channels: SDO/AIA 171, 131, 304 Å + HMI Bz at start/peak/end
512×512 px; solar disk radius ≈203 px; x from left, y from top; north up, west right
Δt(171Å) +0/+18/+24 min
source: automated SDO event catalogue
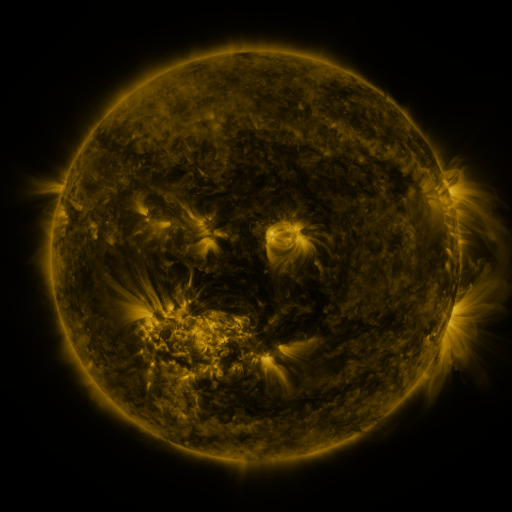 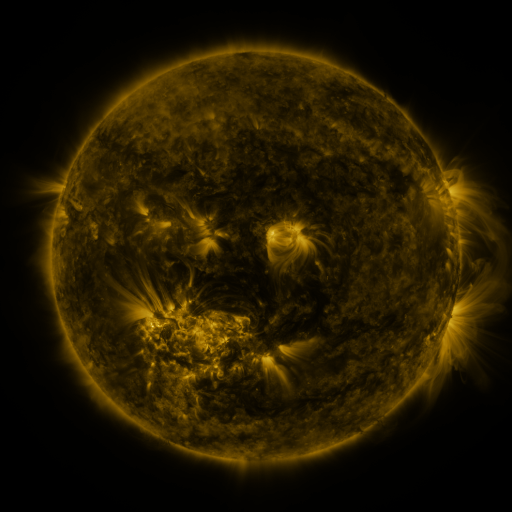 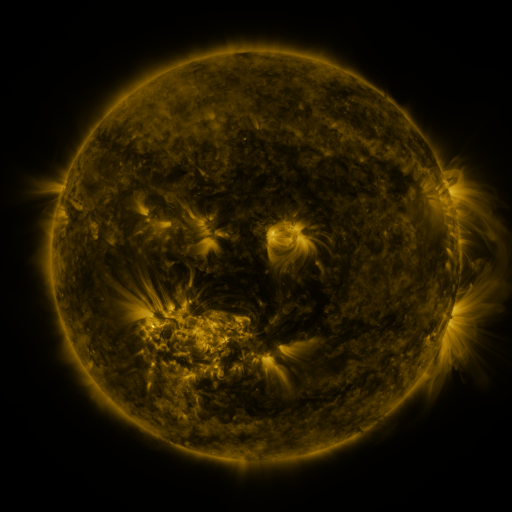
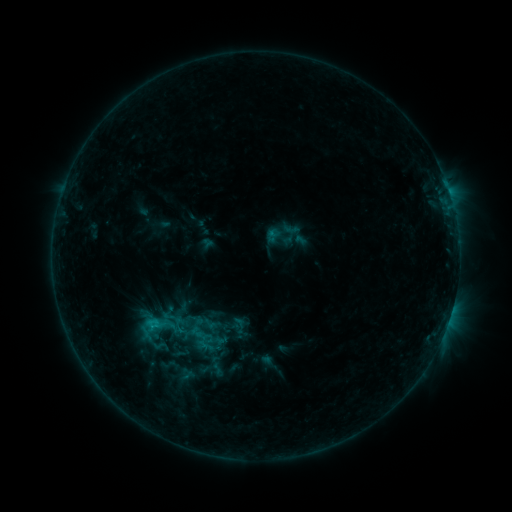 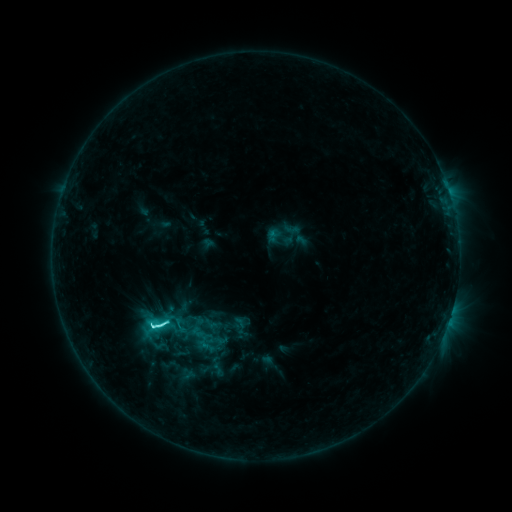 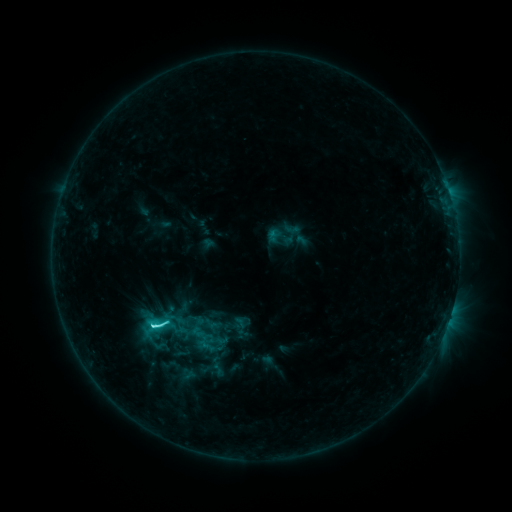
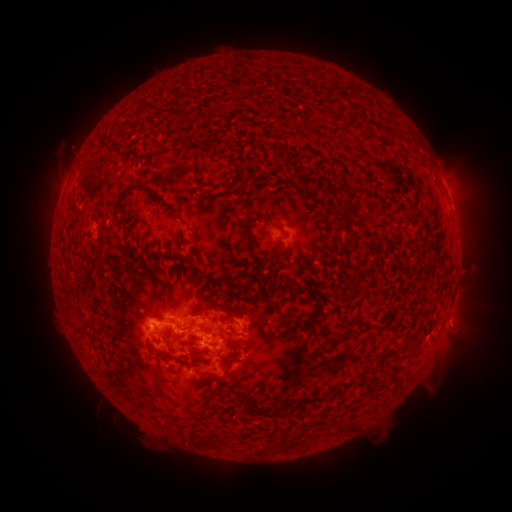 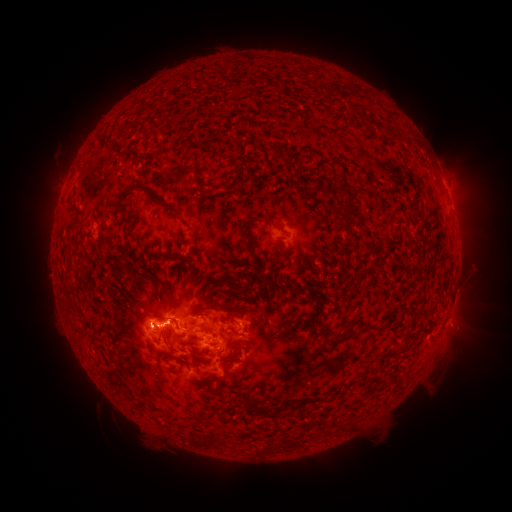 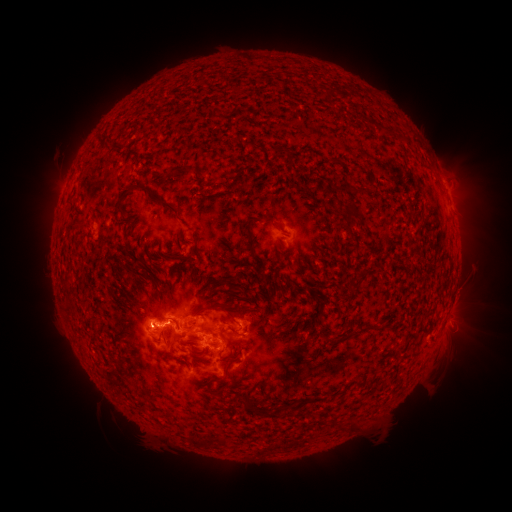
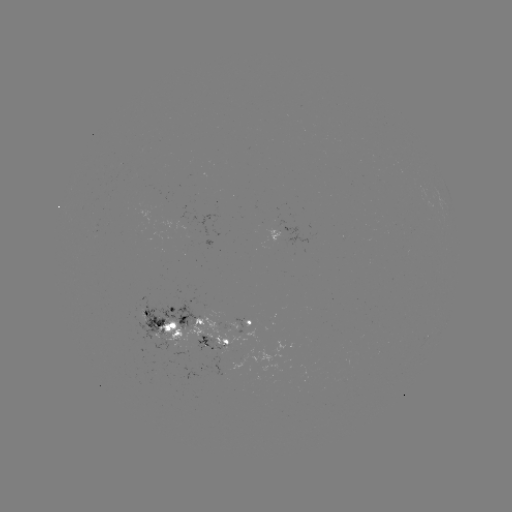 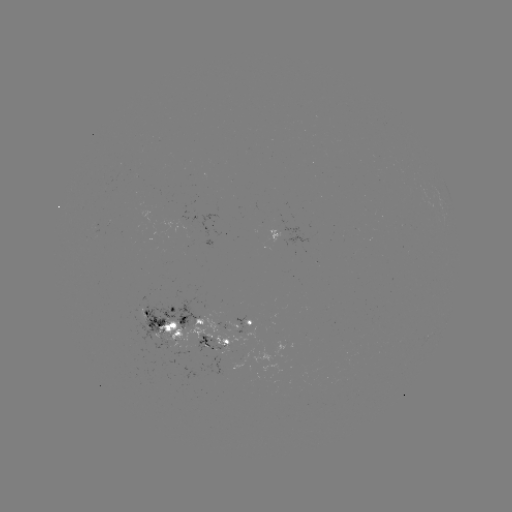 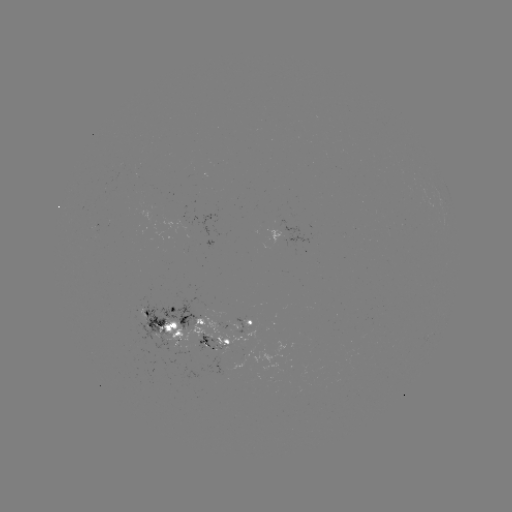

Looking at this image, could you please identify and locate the C5.5 flare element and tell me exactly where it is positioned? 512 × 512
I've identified C5.5 flare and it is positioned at (163, 323).